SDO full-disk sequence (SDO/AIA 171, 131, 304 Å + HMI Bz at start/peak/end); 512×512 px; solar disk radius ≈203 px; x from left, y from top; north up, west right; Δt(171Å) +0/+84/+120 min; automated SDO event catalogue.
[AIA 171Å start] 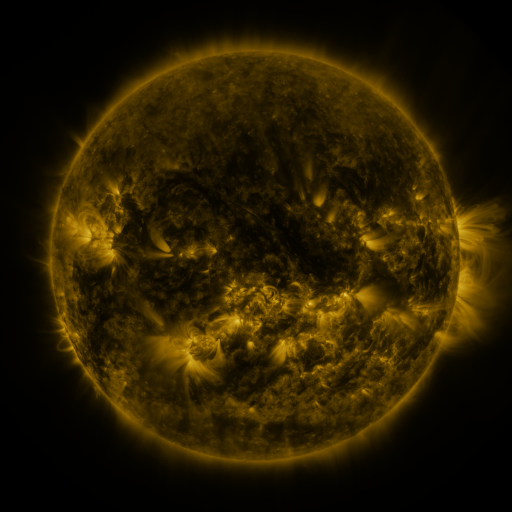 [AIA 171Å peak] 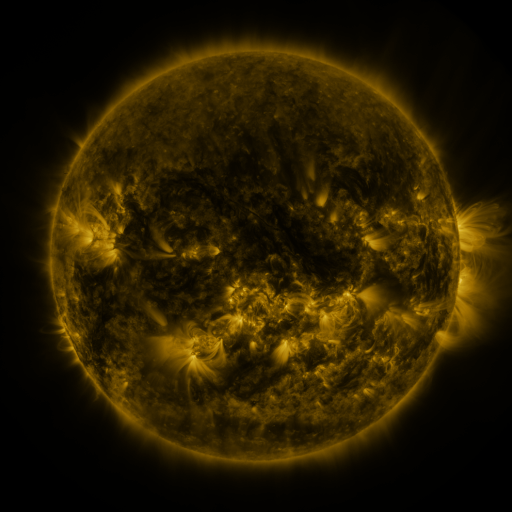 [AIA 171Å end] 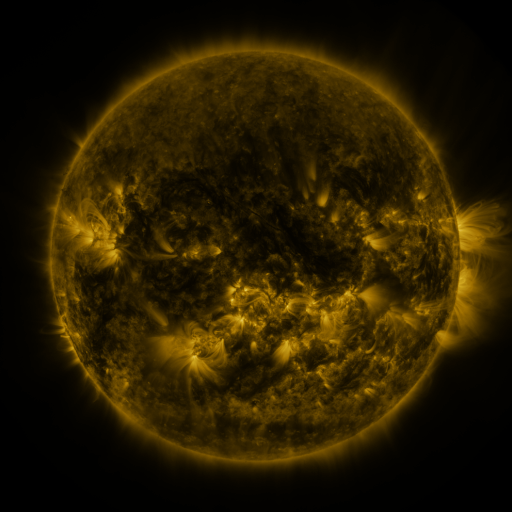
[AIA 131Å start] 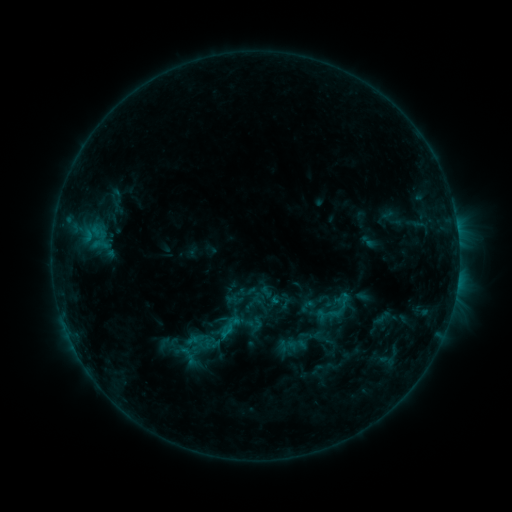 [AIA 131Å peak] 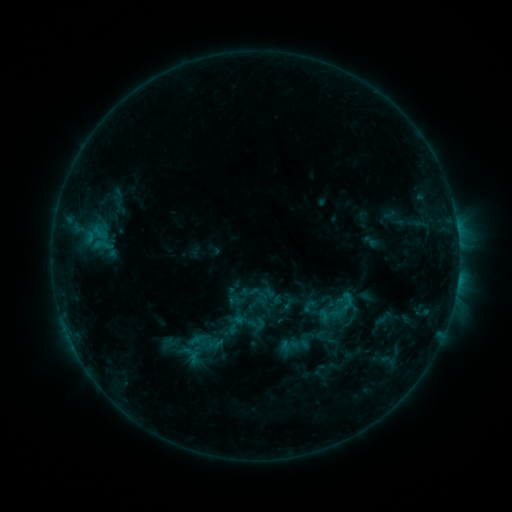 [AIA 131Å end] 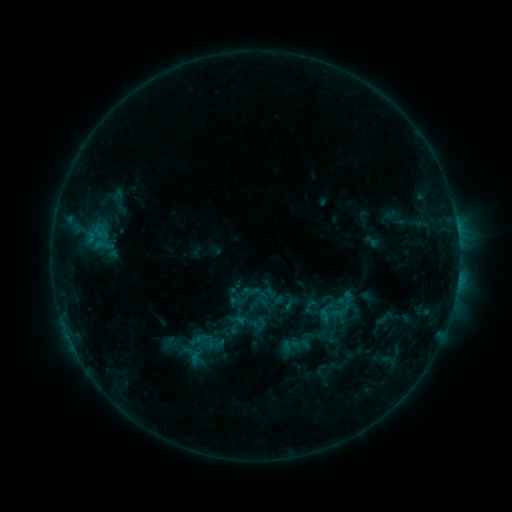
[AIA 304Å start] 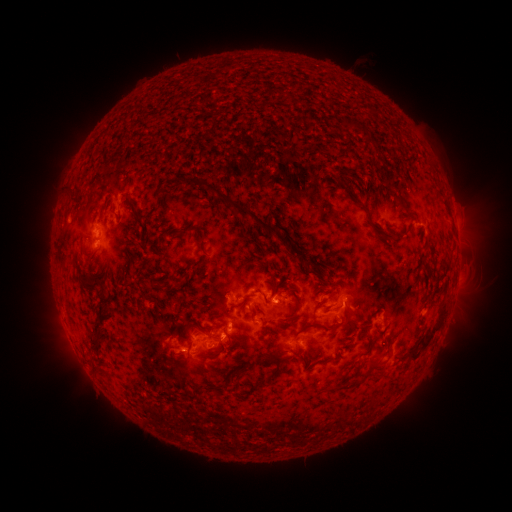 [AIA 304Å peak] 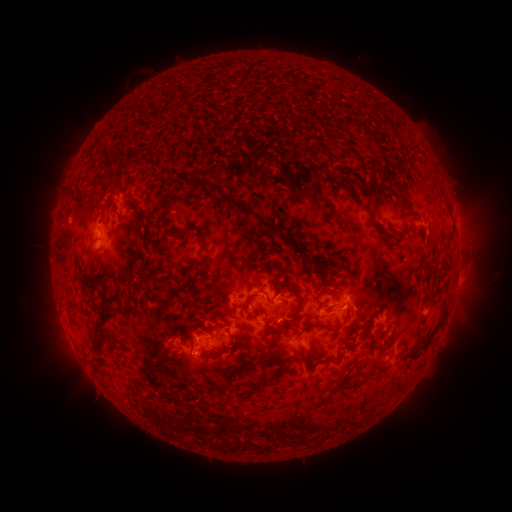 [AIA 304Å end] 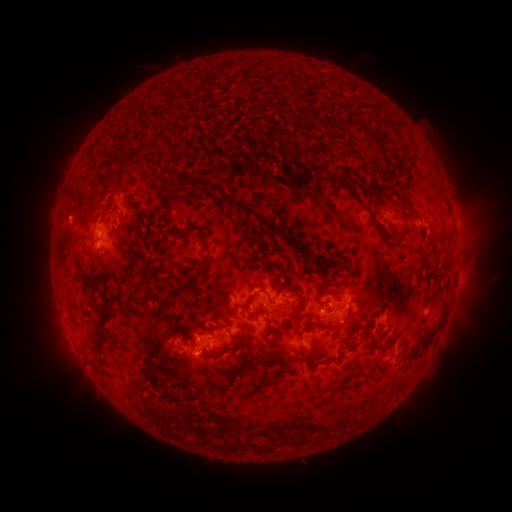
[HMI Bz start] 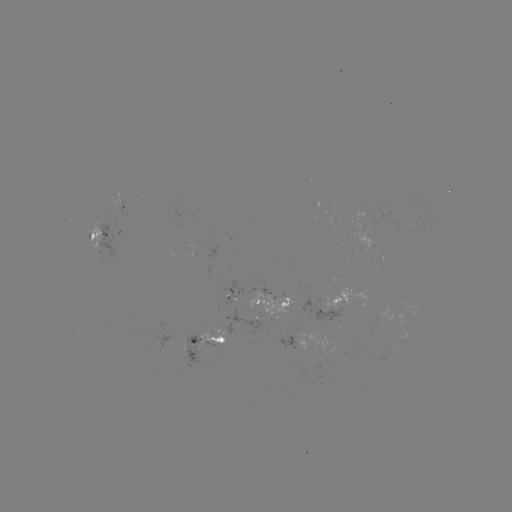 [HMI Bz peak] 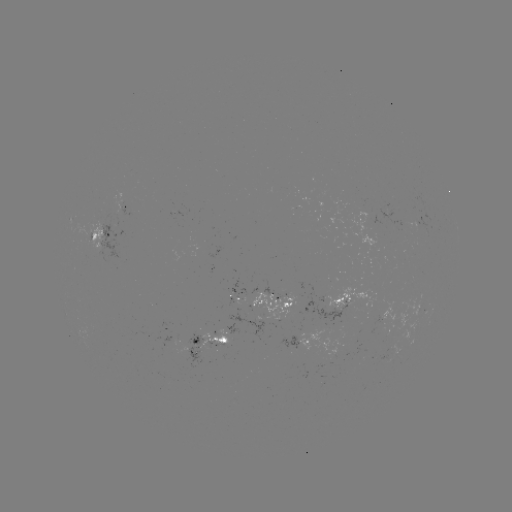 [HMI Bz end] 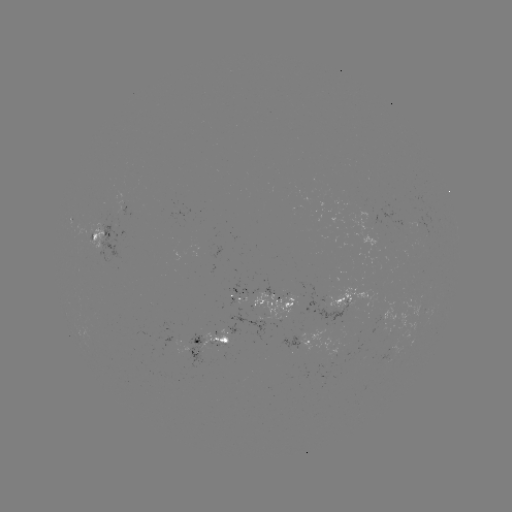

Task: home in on emerging-flux region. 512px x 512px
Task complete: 175,212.